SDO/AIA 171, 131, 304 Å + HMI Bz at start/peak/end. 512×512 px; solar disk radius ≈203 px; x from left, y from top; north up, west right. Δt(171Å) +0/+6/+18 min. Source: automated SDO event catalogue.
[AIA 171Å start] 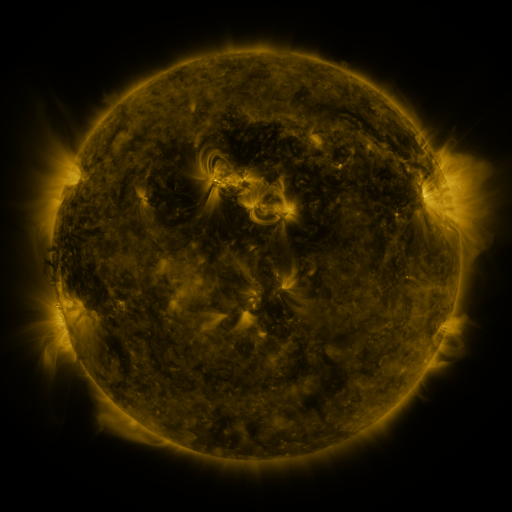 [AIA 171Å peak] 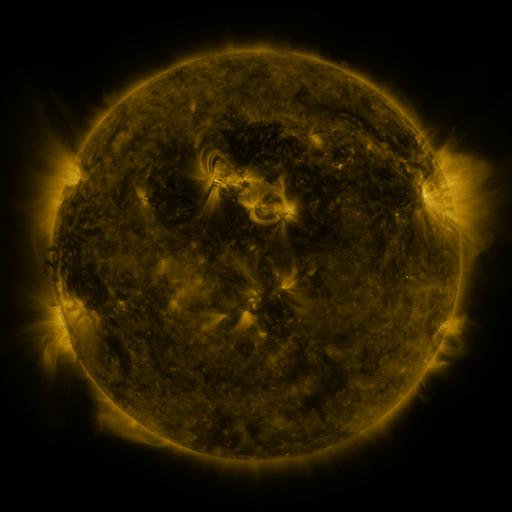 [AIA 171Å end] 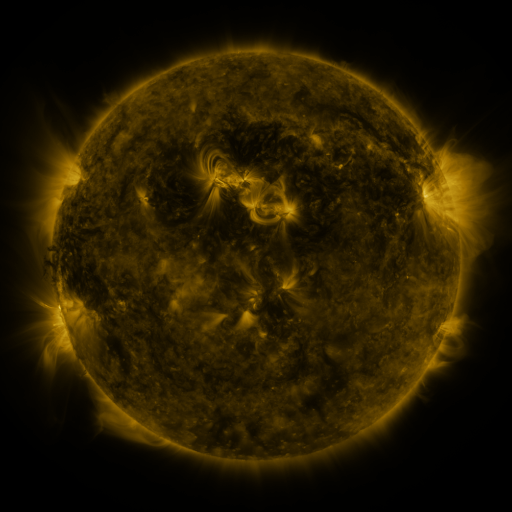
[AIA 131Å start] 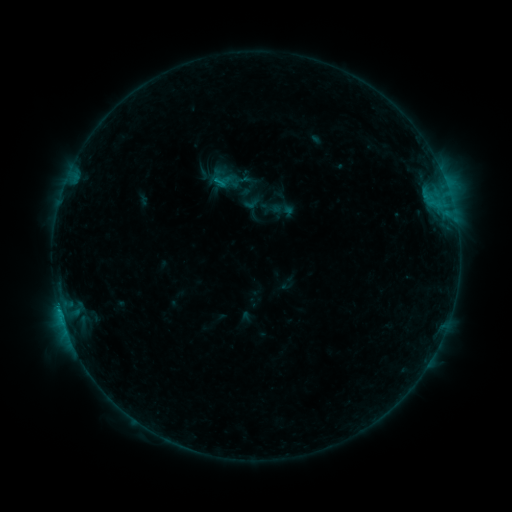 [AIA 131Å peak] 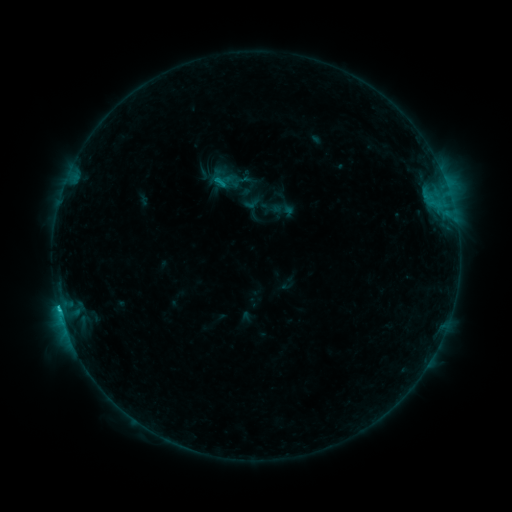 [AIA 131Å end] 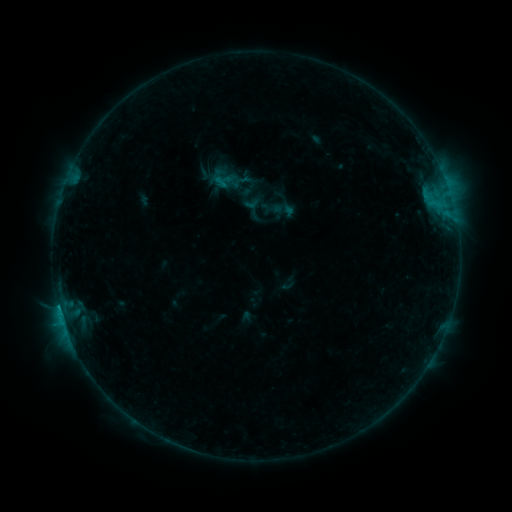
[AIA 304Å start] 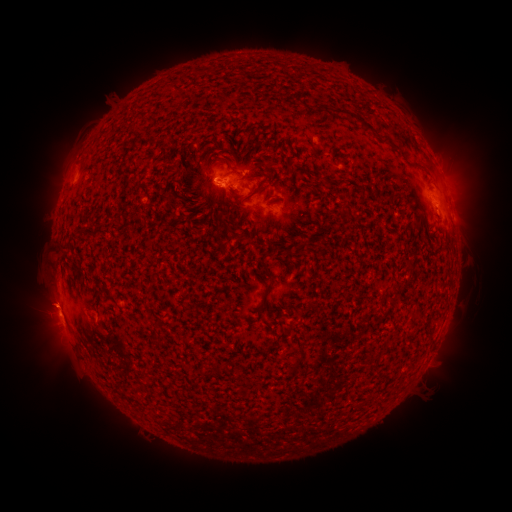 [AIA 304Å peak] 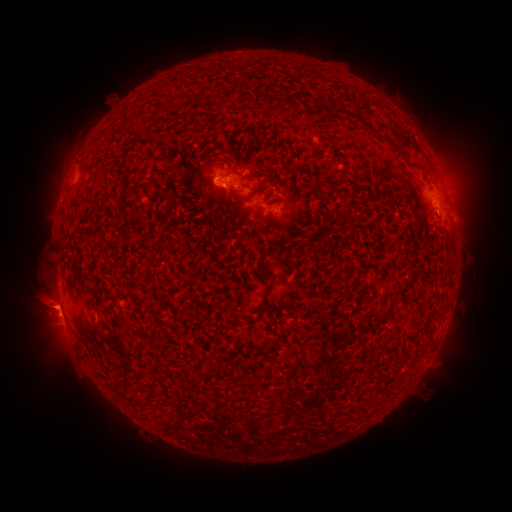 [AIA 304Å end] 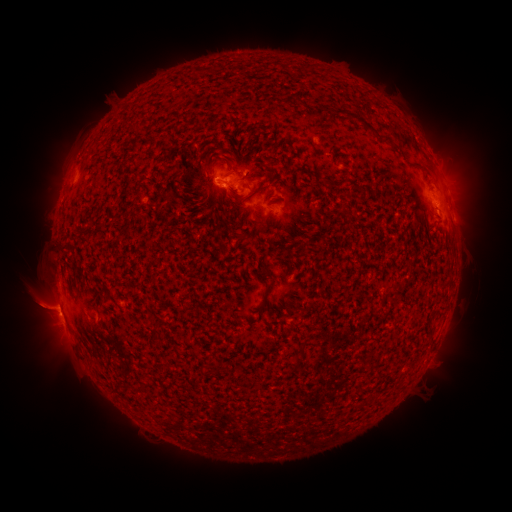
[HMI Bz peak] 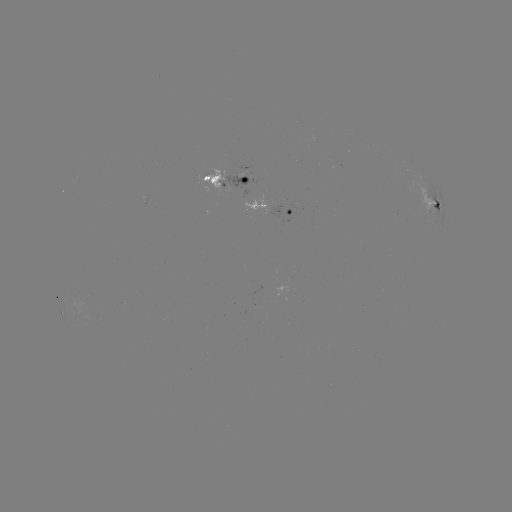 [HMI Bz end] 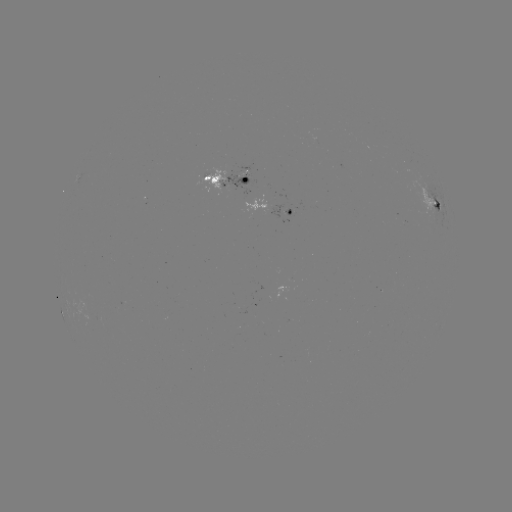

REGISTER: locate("eruption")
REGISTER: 41,306